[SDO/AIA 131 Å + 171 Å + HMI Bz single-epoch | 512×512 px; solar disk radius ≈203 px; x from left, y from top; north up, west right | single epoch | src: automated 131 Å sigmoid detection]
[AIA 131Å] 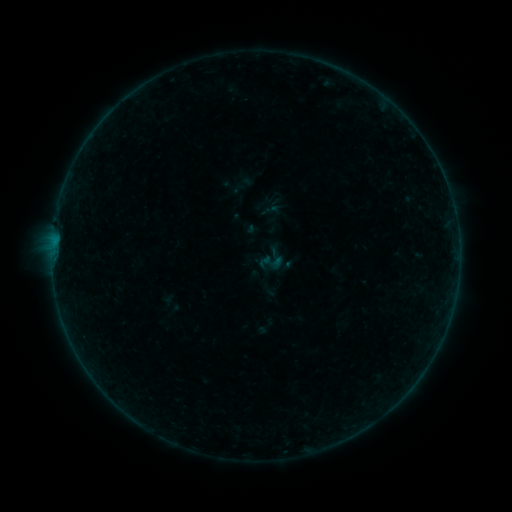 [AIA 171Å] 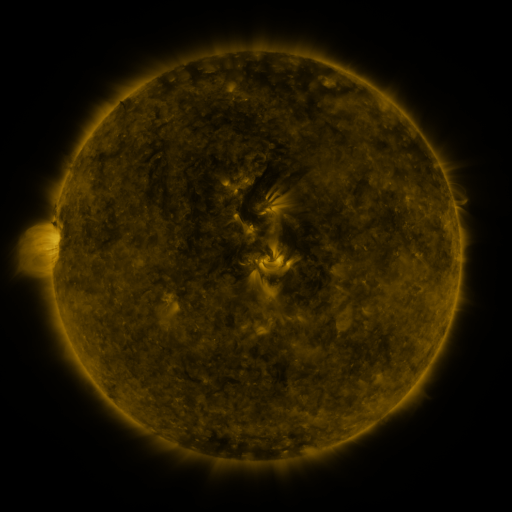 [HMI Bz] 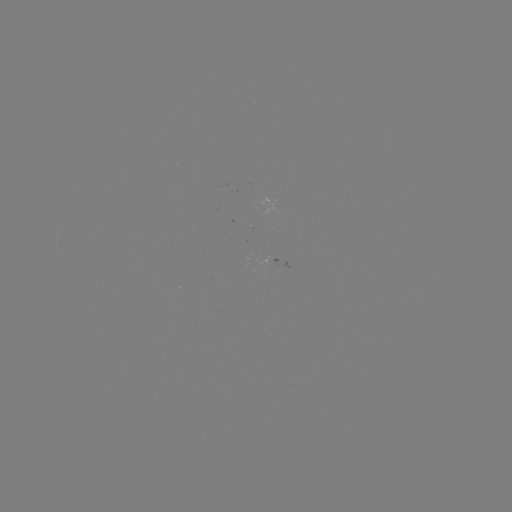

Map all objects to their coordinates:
sigmoid: (272, 262)
